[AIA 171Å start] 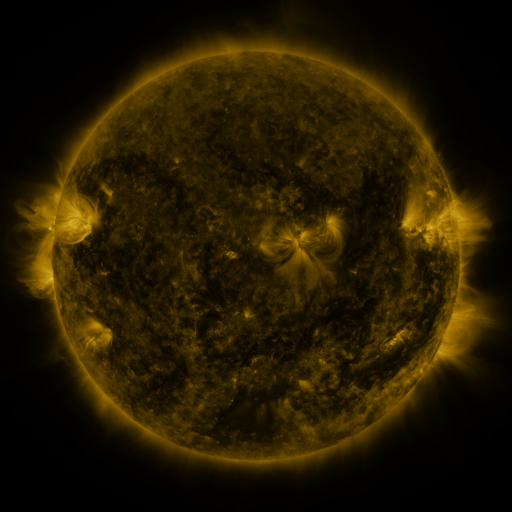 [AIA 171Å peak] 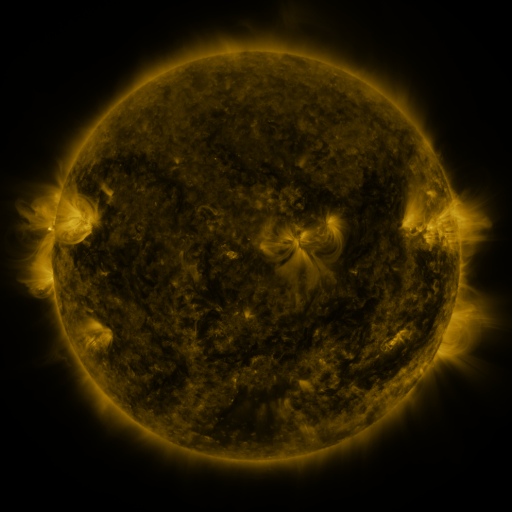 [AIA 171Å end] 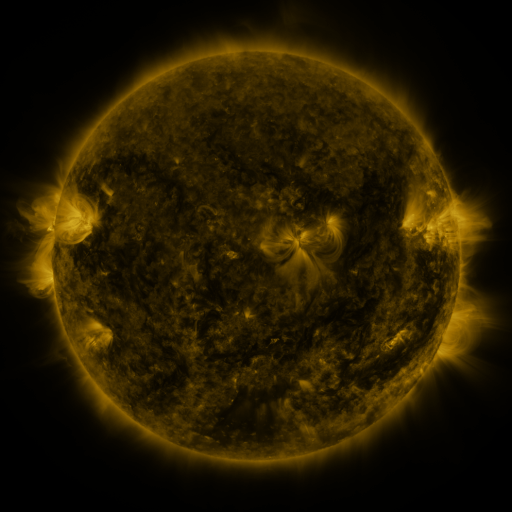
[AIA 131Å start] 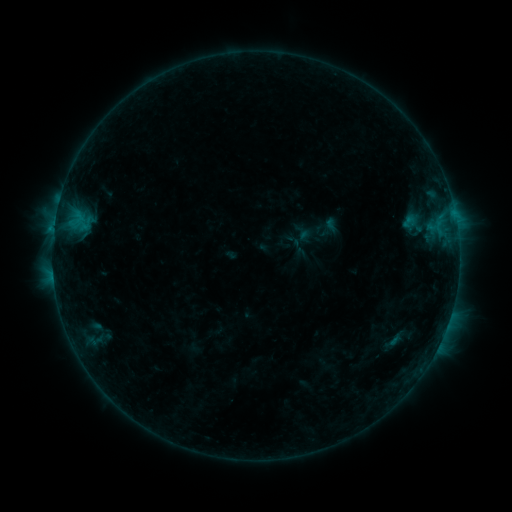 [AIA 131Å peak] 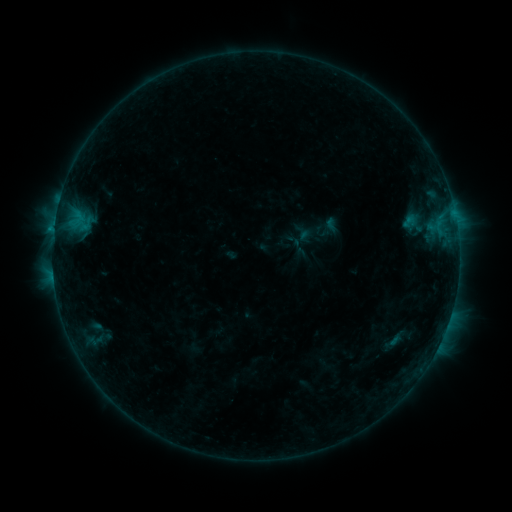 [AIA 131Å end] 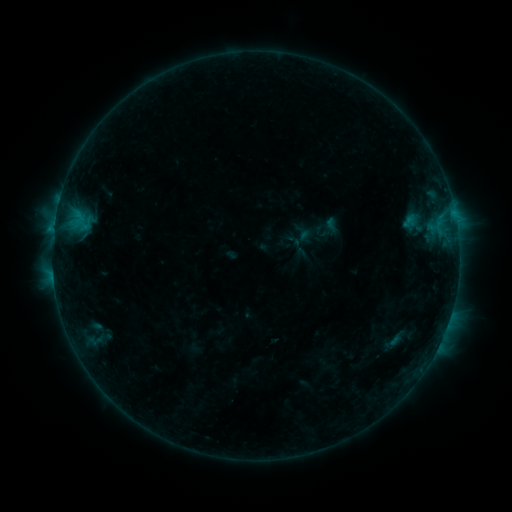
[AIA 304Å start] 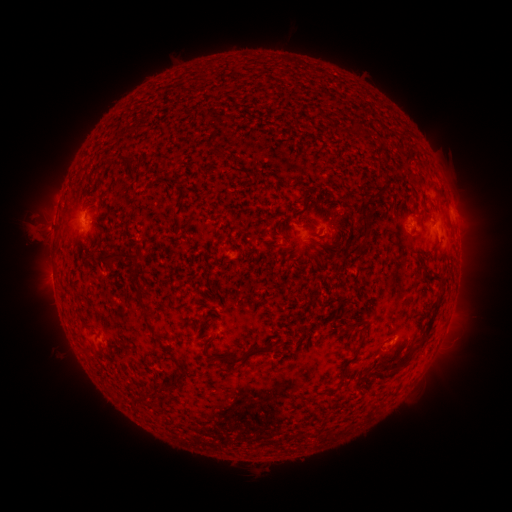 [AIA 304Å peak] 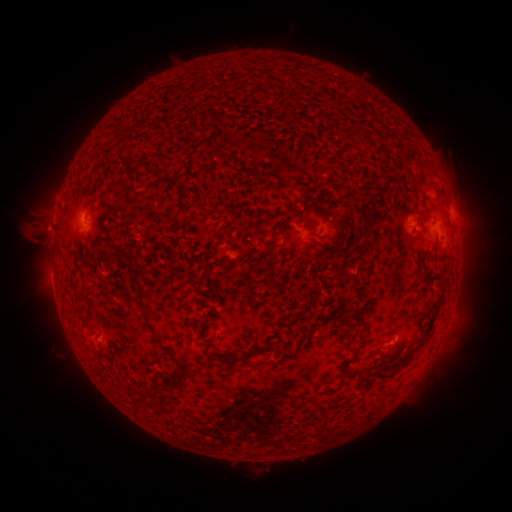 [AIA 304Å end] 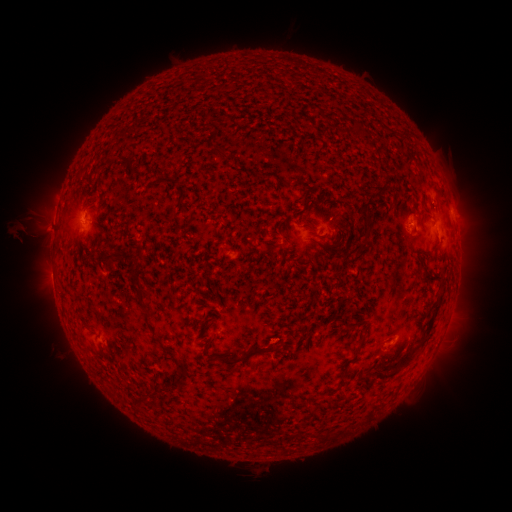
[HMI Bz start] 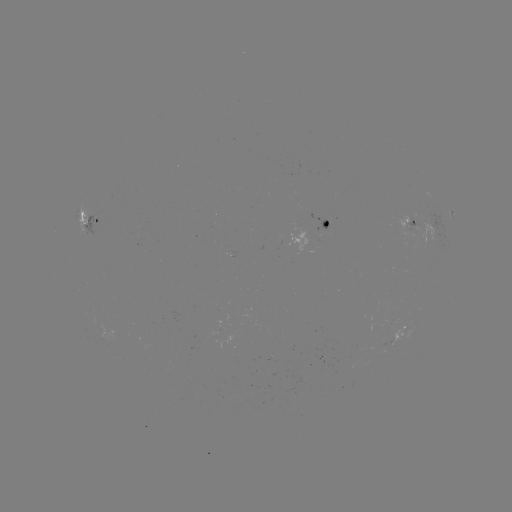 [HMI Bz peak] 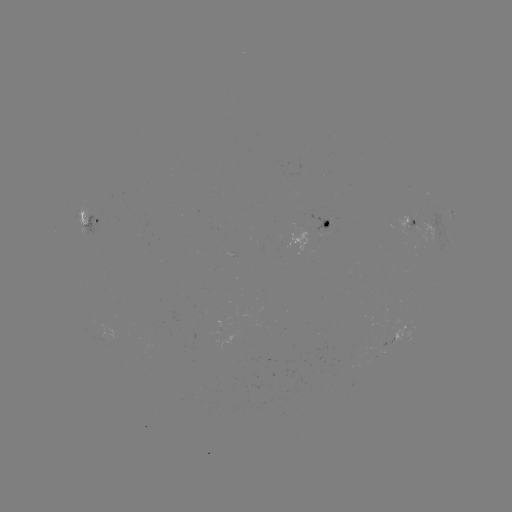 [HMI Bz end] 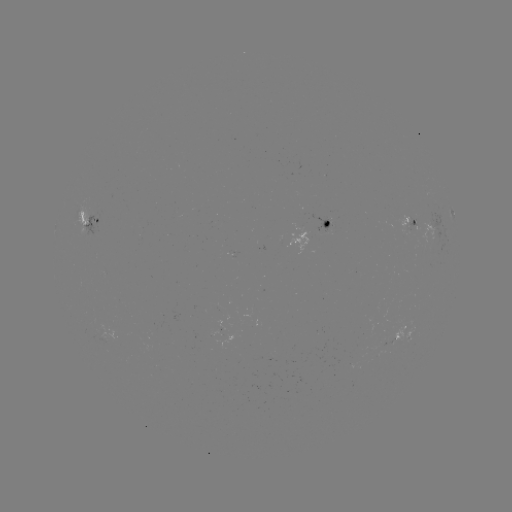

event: eruption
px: (30, 238)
